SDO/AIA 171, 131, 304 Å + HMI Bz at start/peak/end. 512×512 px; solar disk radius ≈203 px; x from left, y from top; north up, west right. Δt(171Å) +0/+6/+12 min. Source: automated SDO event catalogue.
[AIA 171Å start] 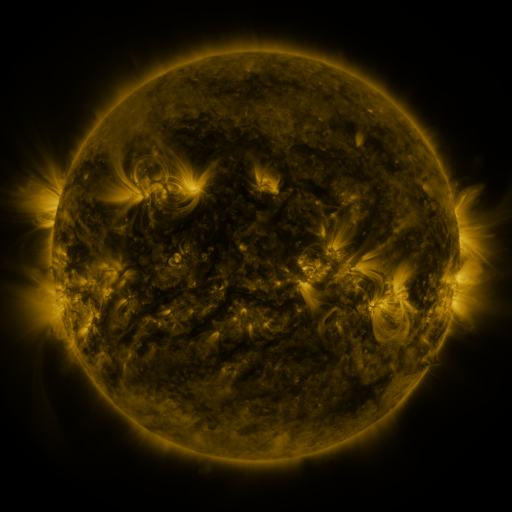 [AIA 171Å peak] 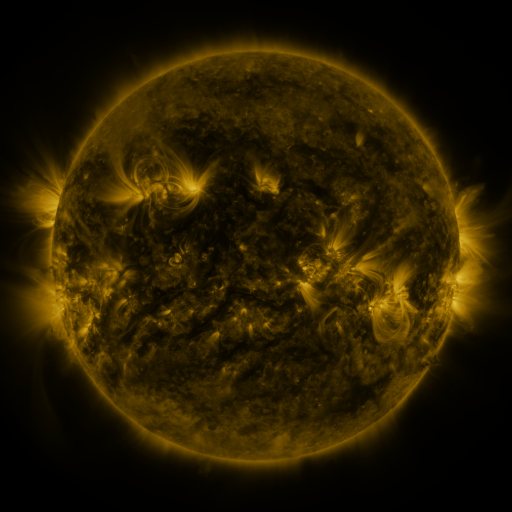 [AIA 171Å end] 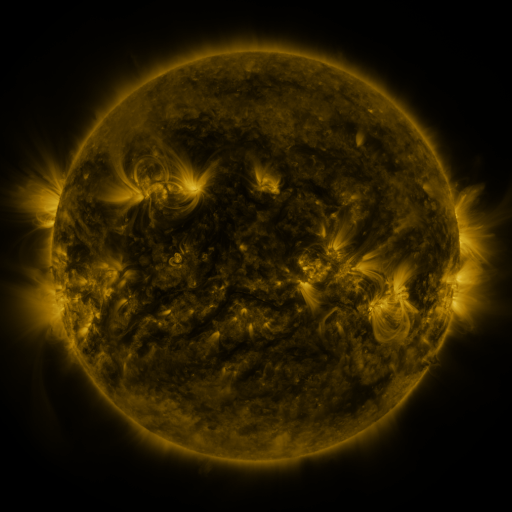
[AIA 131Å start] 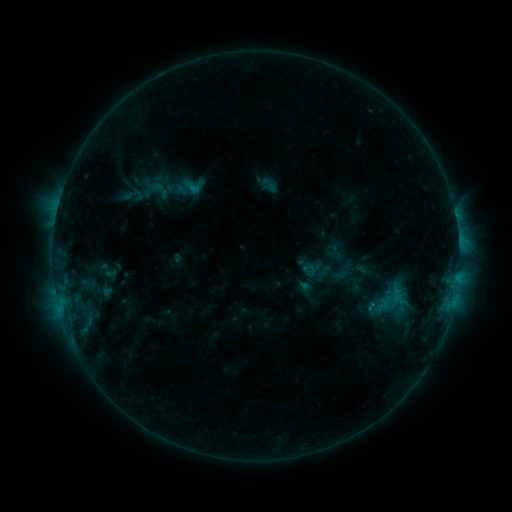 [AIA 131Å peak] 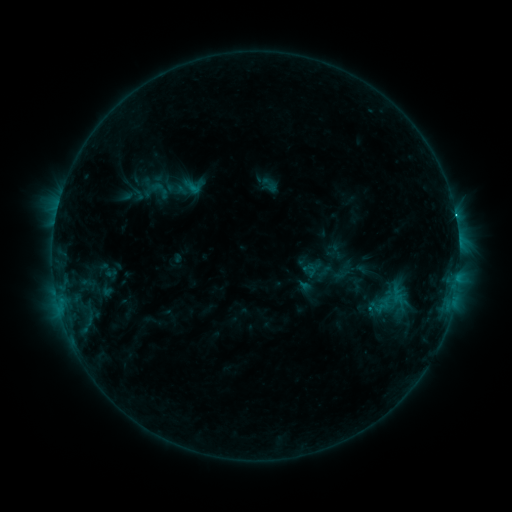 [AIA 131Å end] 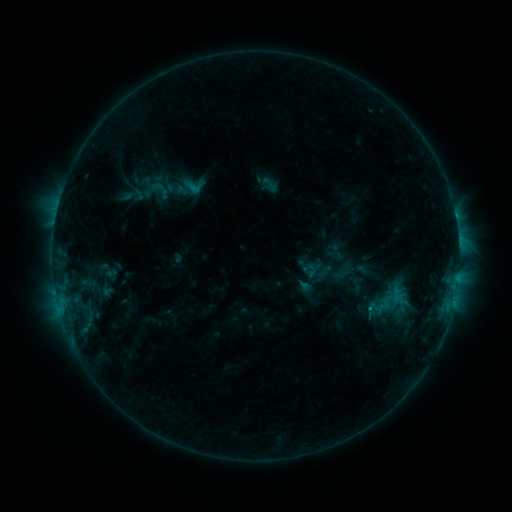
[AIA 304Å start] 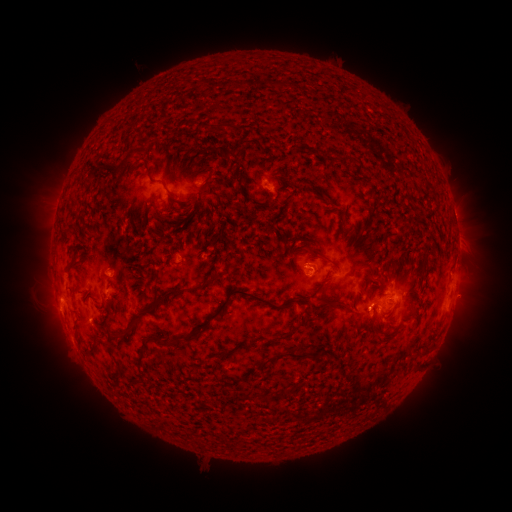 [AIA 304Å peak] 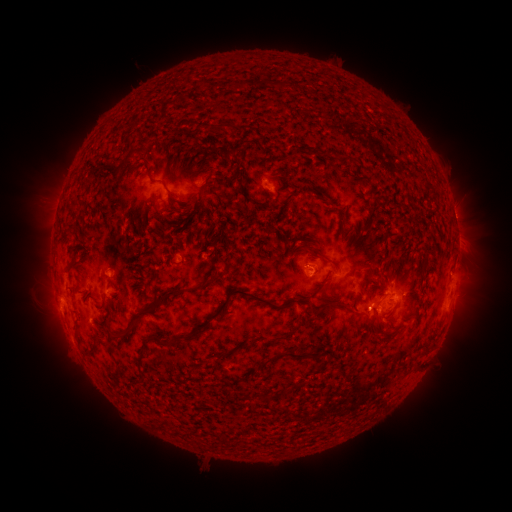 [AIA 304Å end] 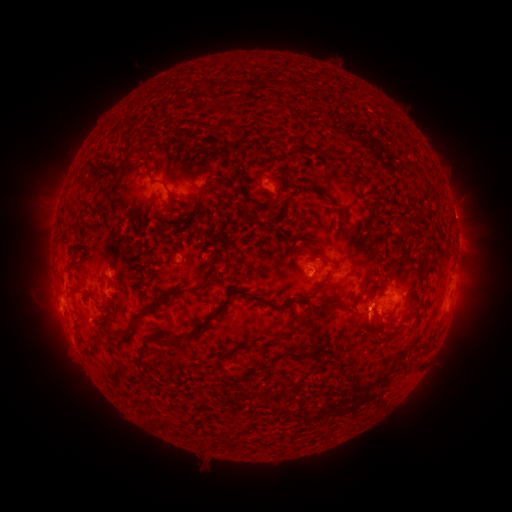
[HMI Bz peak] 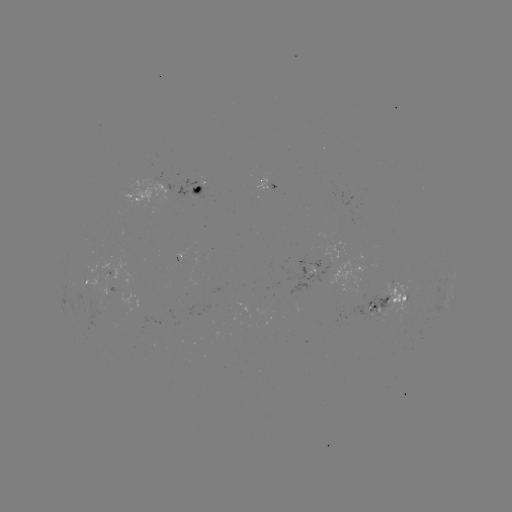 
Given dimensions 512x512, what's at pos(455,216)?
C1.0 flare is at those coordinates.